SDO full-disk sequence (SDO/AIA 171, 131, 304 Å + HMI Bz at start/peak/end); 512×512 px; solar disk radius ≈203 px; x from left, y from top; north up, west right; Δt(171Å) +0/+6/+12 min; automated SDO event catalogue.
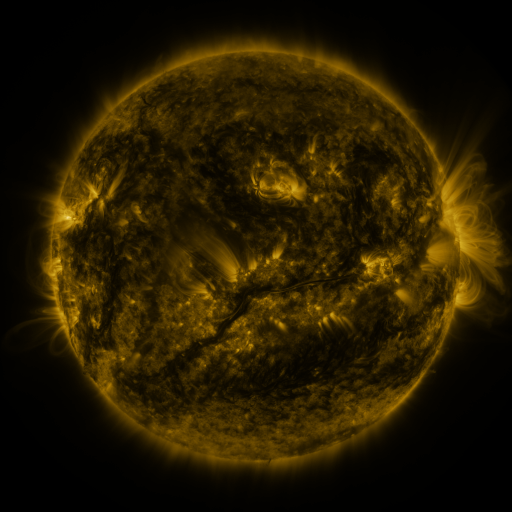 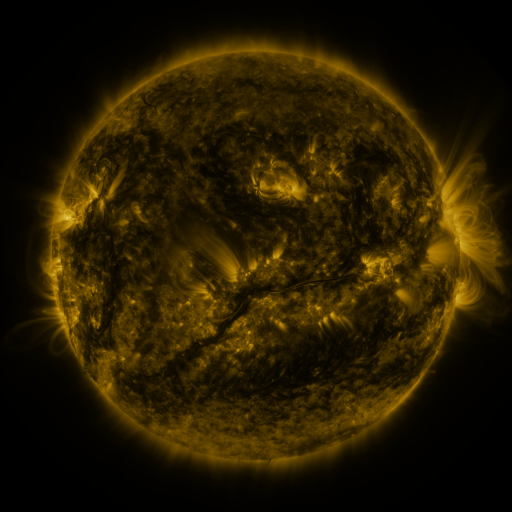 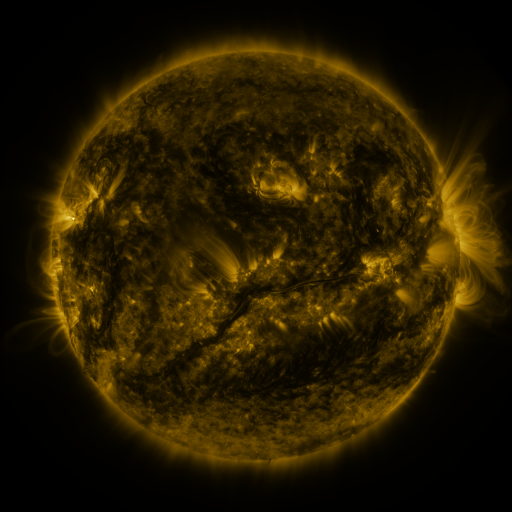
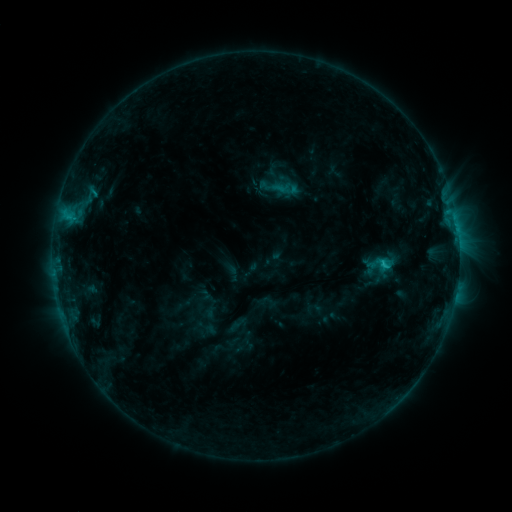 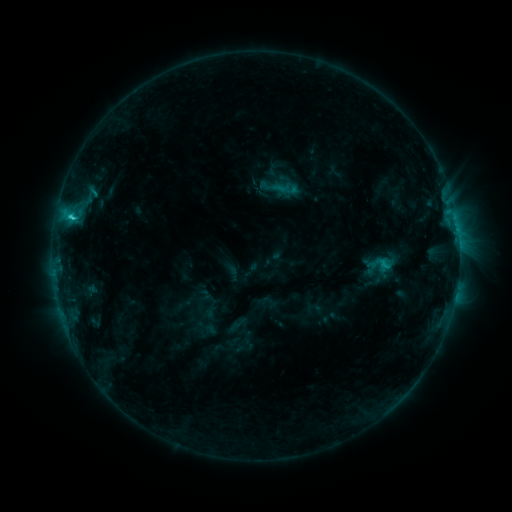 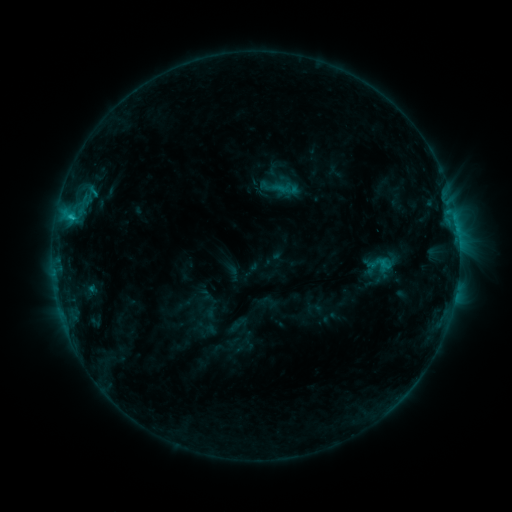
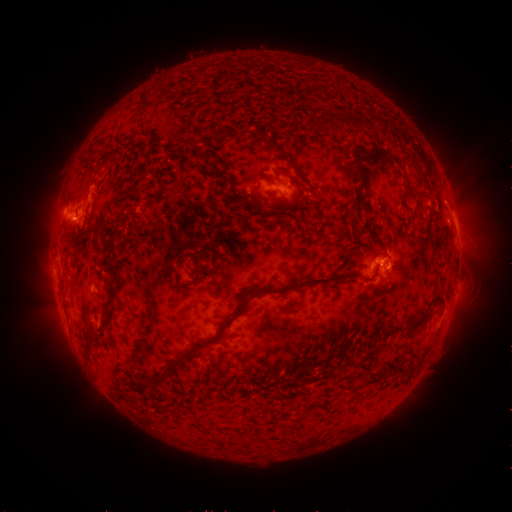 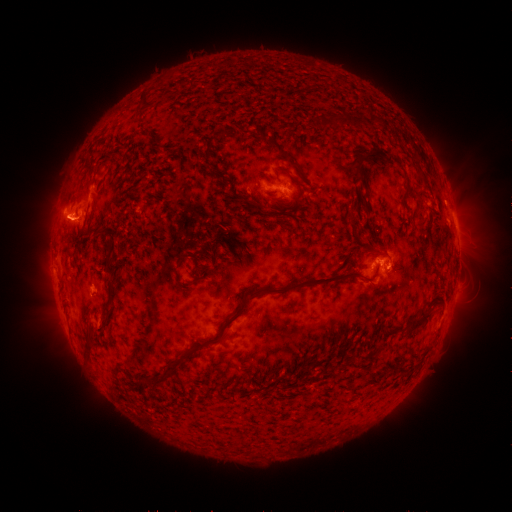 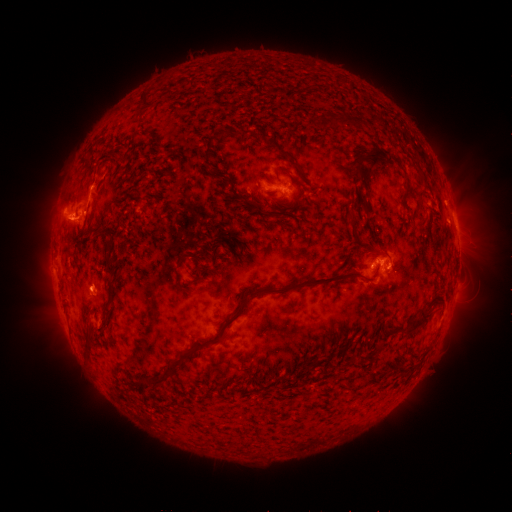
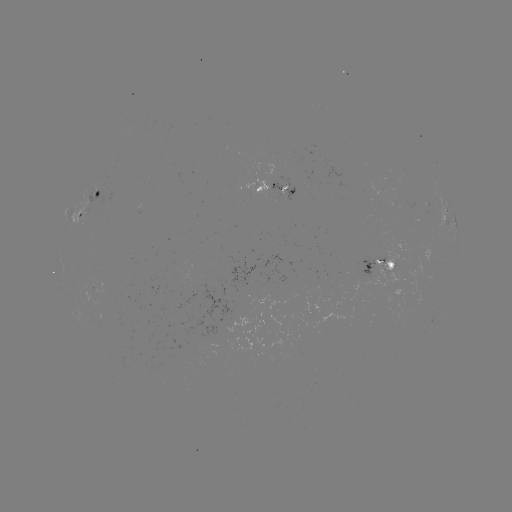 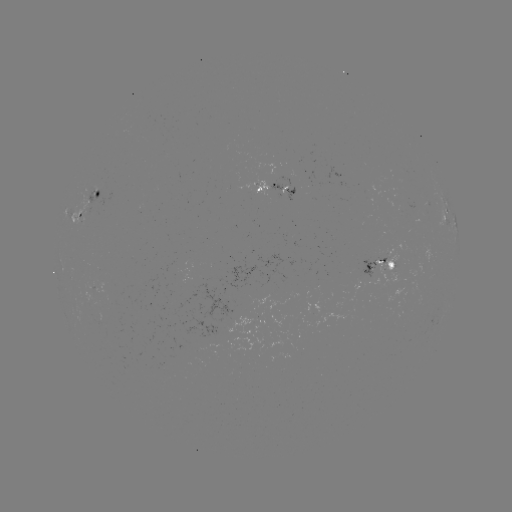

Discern C1.8 flare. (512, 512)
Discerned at (72, 221).